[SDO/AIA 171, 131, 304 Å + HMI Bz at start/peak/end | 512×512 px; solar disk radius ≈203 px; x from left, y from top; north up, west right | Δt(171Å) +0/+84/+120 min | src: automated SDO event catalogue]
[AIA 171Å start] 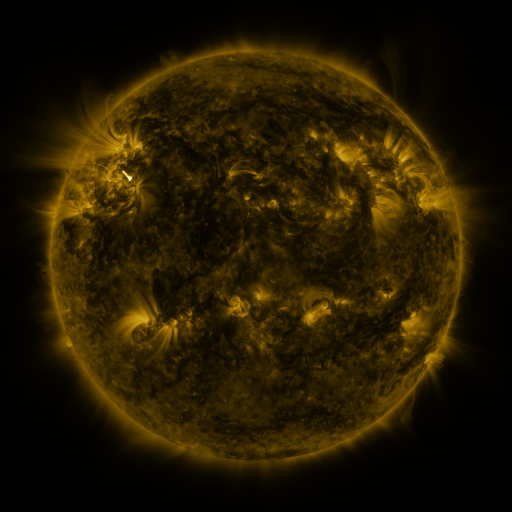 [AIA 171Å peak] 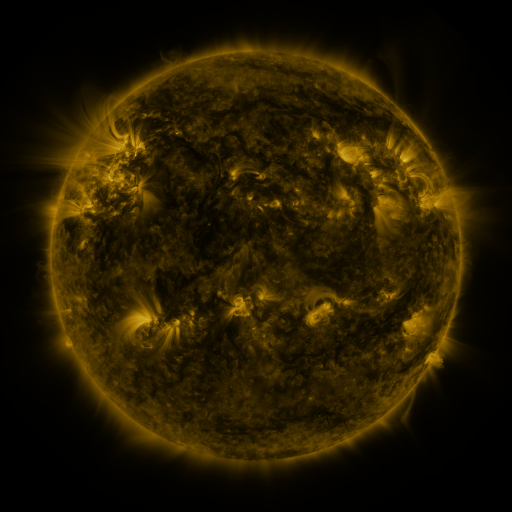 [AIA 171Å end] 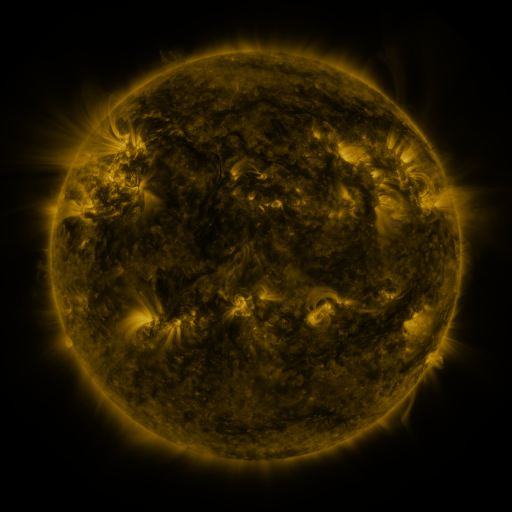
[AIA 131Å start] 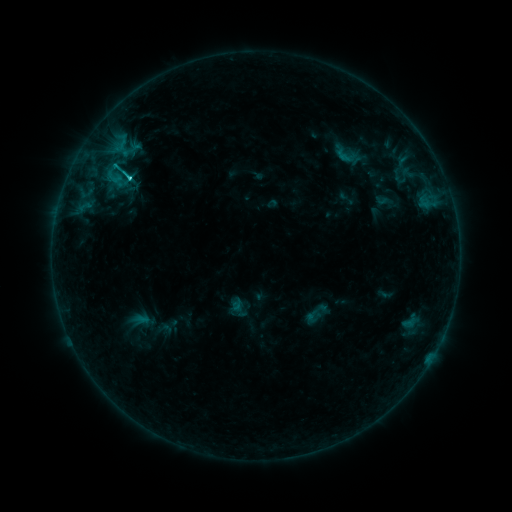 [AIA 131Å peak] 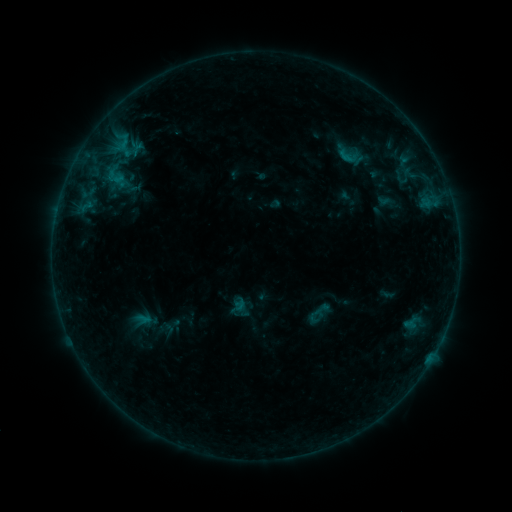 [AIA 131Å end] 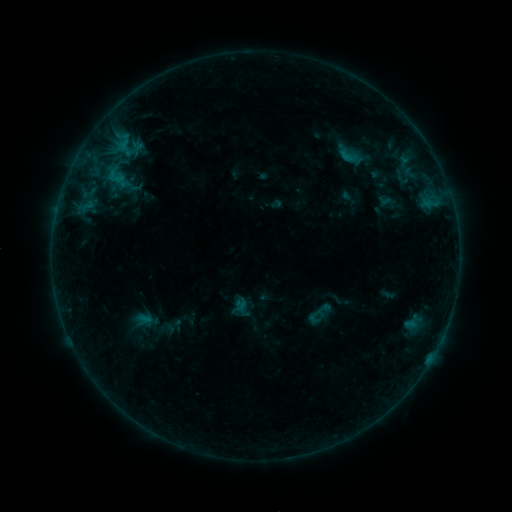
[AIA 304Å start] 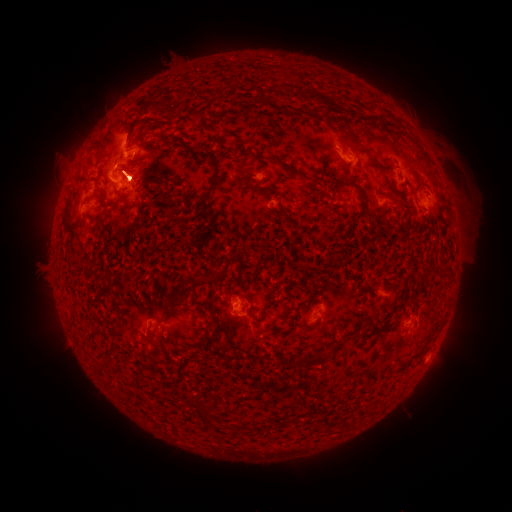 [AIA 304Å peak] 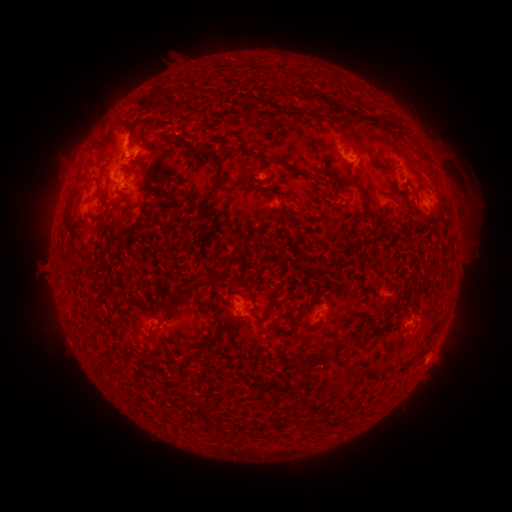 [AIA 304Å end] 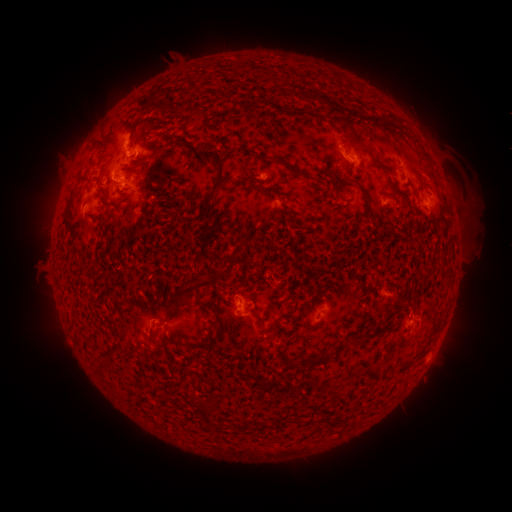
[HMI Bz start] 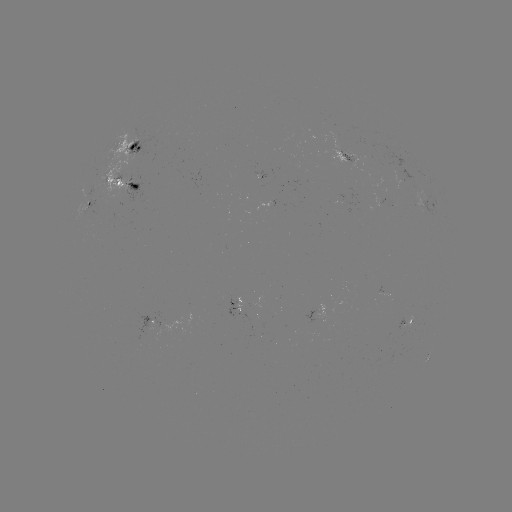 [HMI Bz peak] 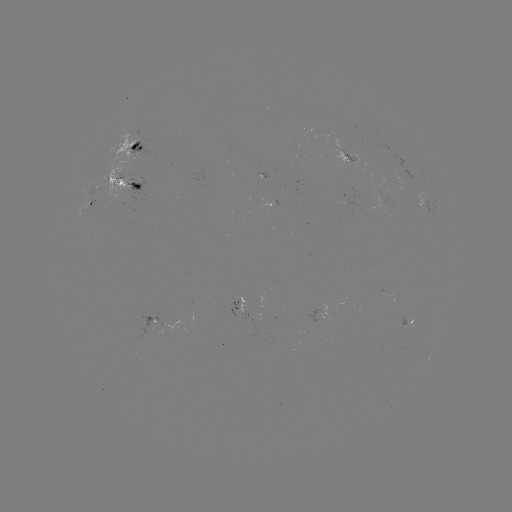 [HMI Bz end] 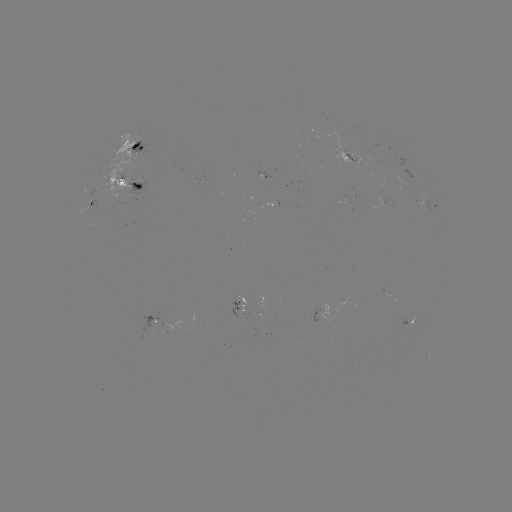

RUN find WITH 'emerging-flux region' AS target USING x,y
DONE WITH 97,189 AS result